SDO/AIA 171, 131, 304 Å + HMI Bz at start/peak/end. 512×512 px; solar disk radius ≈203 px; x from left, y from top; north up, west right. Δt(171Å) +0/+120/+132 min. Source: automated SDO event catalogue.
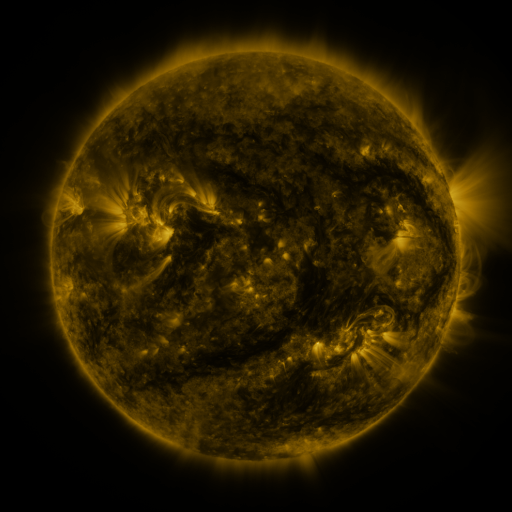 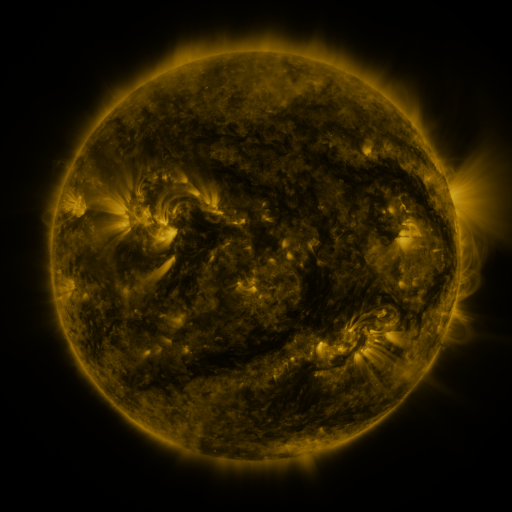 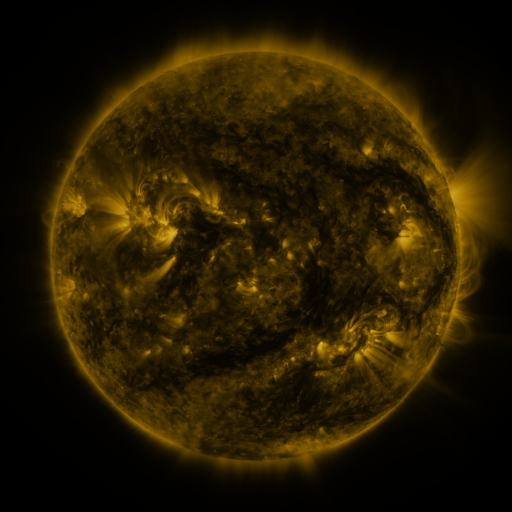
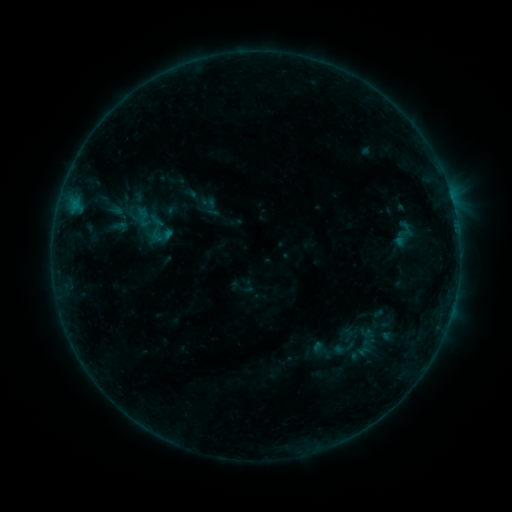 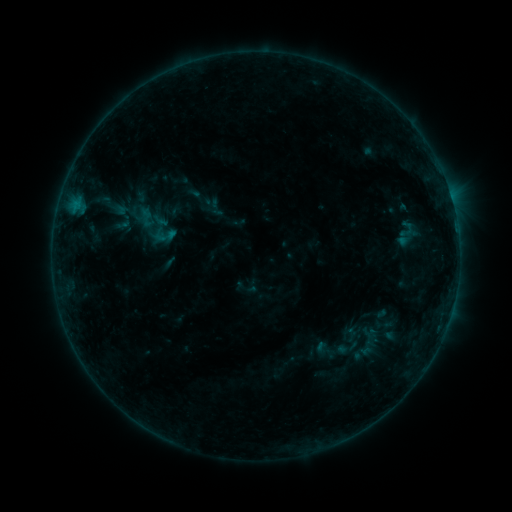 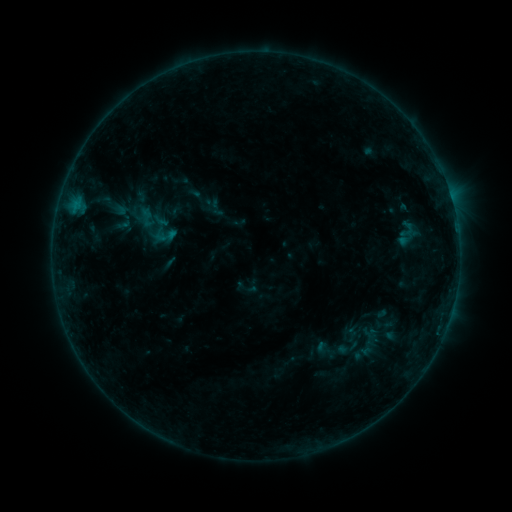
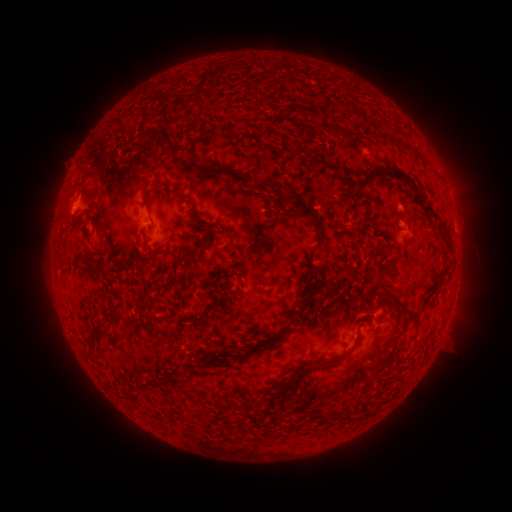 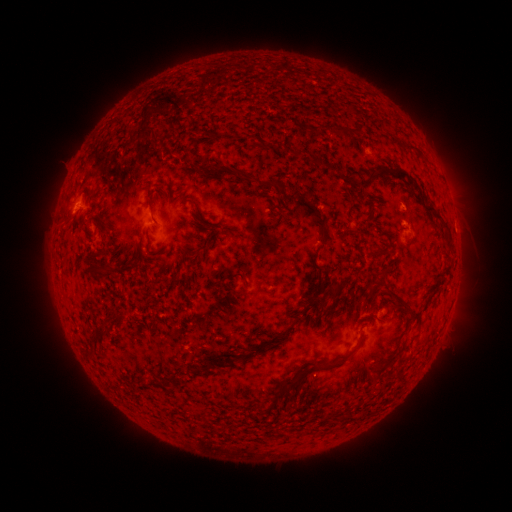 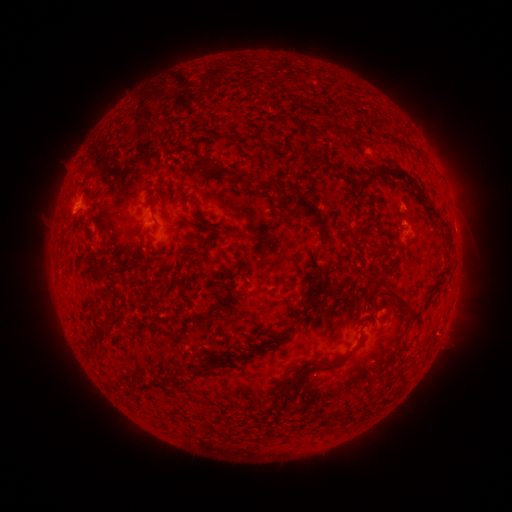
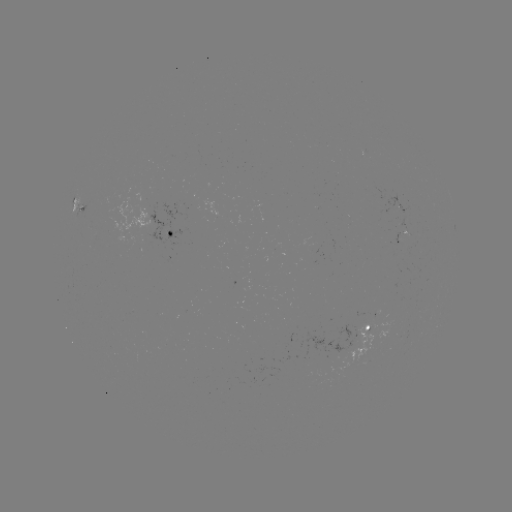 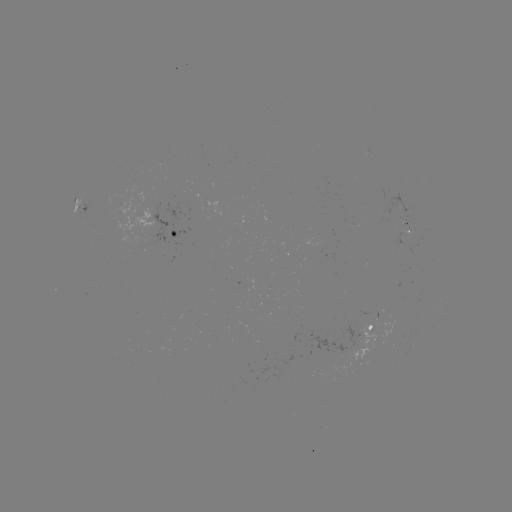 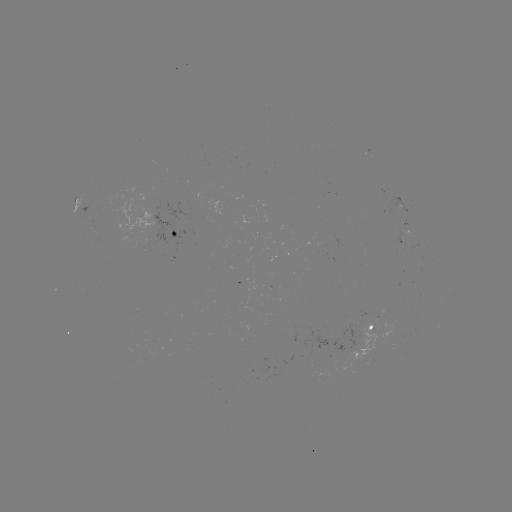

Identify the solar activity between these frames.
emerging-flux region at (362, 334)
